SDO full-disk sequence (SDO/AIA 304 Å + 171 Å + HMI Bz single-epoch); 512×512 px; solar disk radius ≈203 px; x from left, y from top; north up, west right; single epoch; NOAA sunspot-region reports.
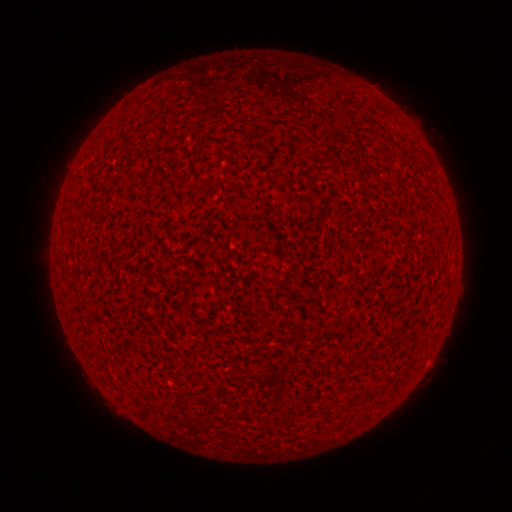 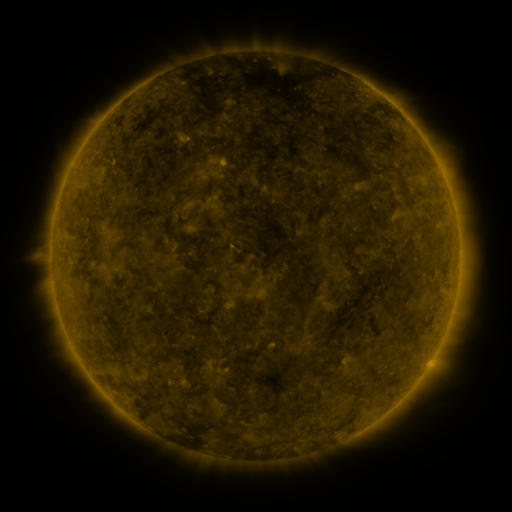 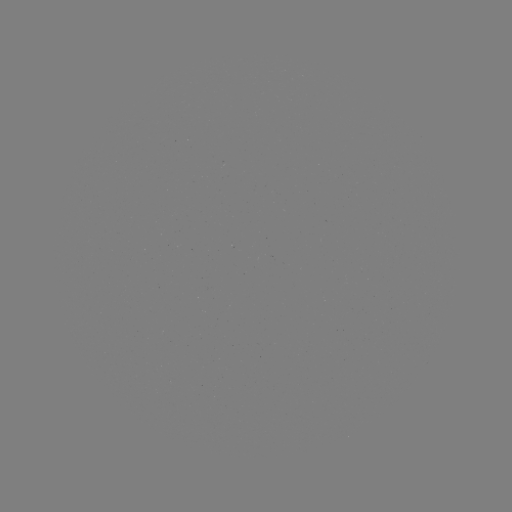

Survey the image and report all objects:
(none)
